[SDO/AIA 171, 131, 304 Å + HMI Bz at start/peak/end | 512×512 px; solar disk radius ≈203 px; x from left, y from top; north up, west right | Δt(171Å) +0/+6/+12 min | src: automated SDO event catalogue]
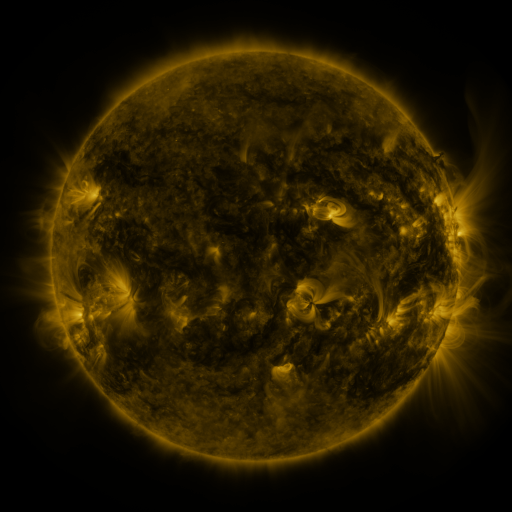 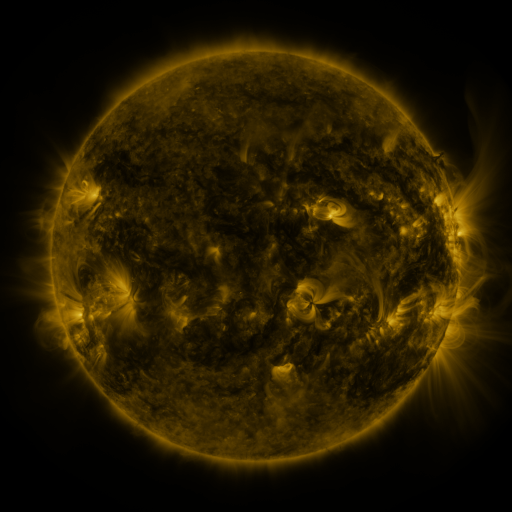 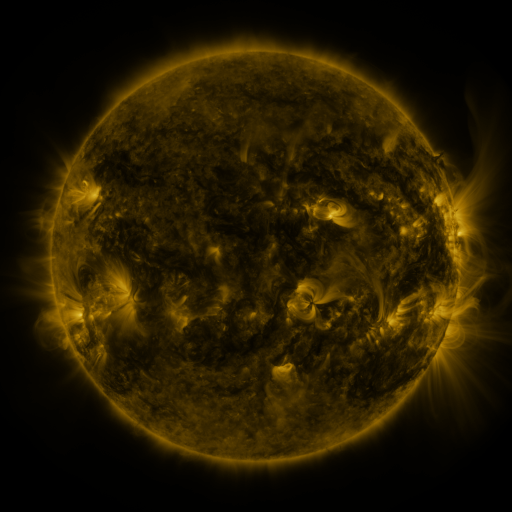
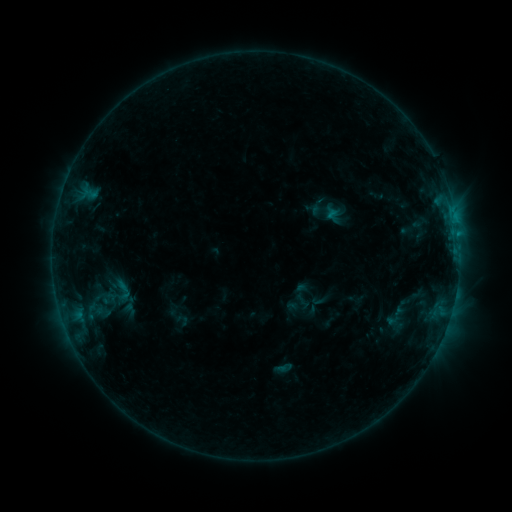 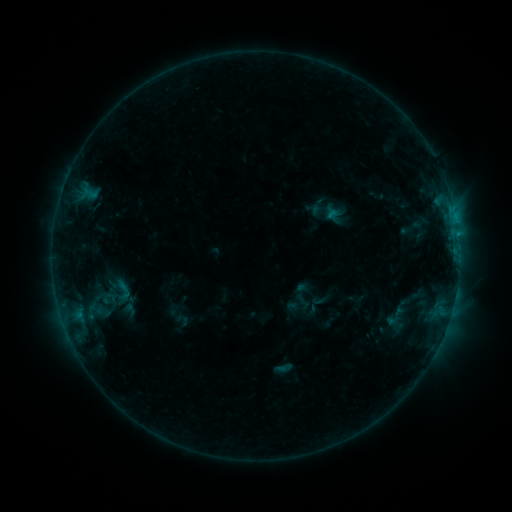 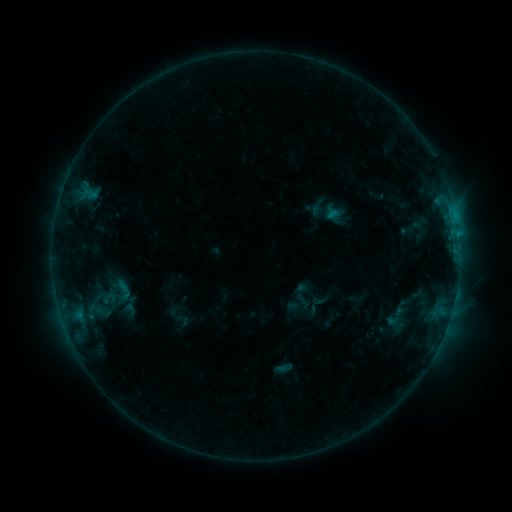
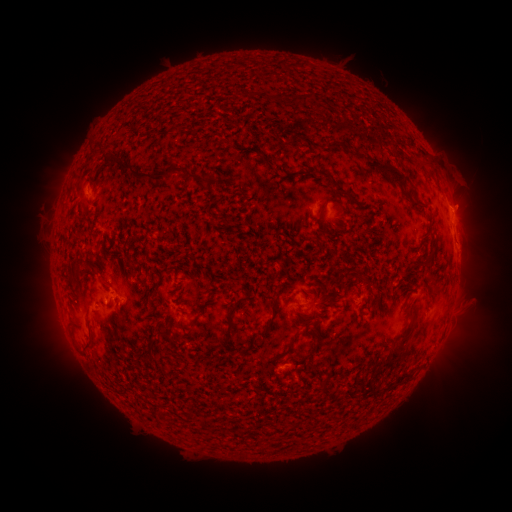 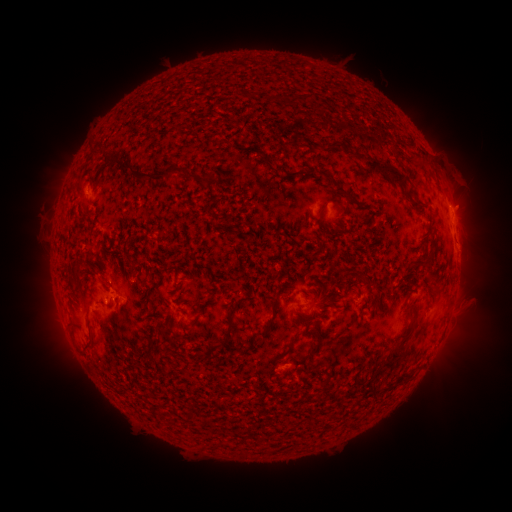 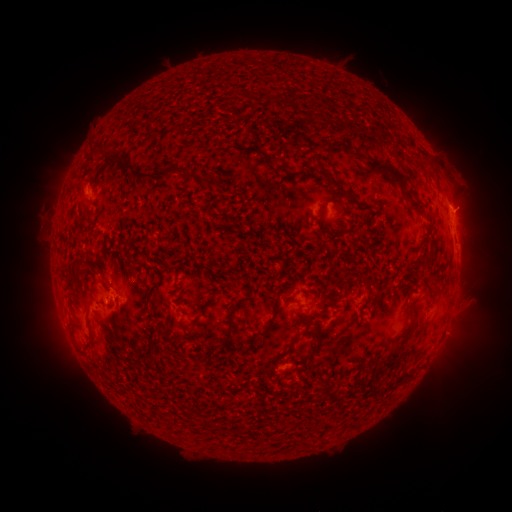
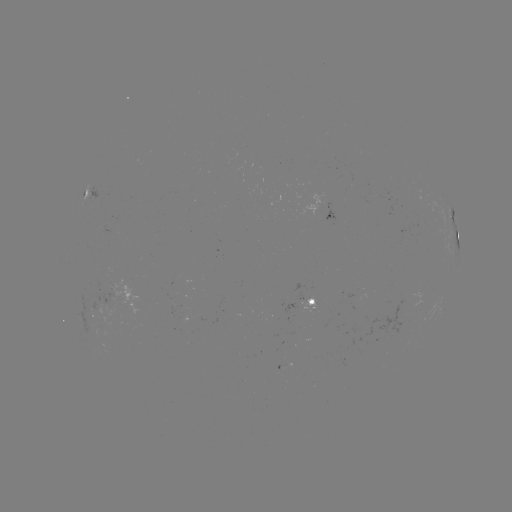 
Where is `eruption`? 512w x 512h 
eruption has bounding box [444, 182, 494, 232].